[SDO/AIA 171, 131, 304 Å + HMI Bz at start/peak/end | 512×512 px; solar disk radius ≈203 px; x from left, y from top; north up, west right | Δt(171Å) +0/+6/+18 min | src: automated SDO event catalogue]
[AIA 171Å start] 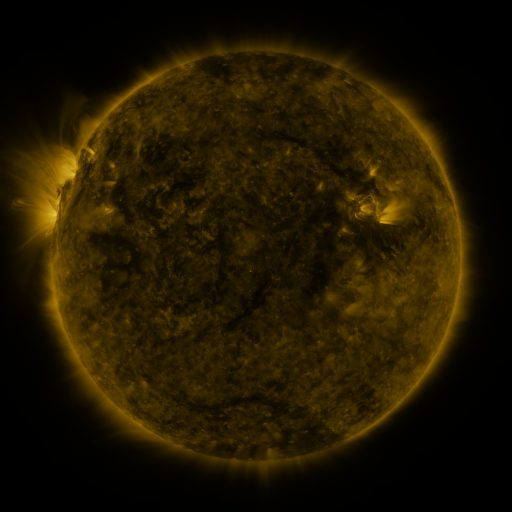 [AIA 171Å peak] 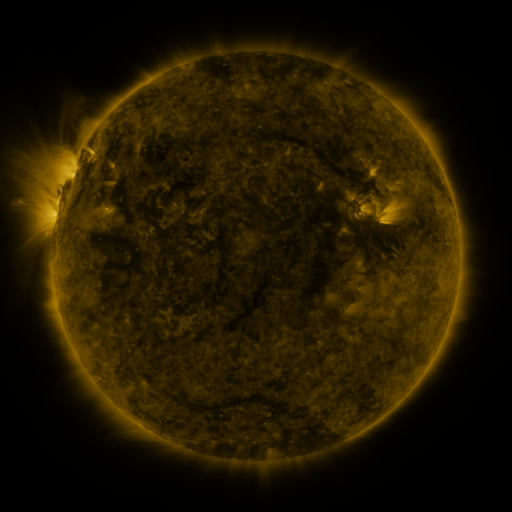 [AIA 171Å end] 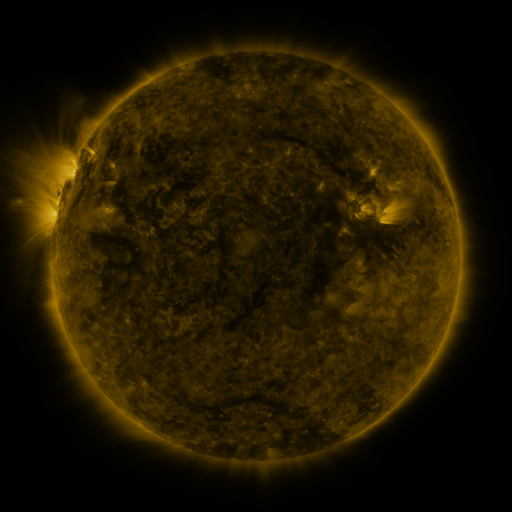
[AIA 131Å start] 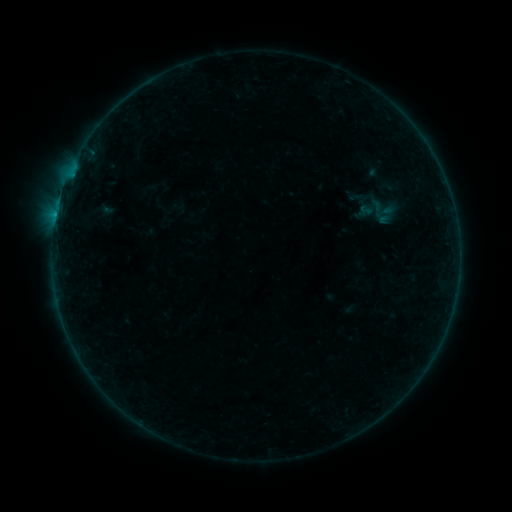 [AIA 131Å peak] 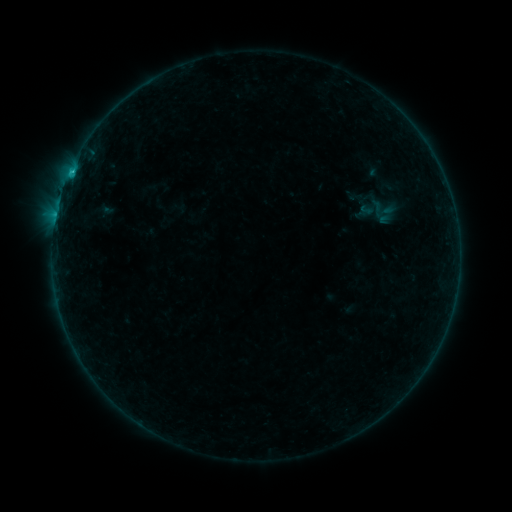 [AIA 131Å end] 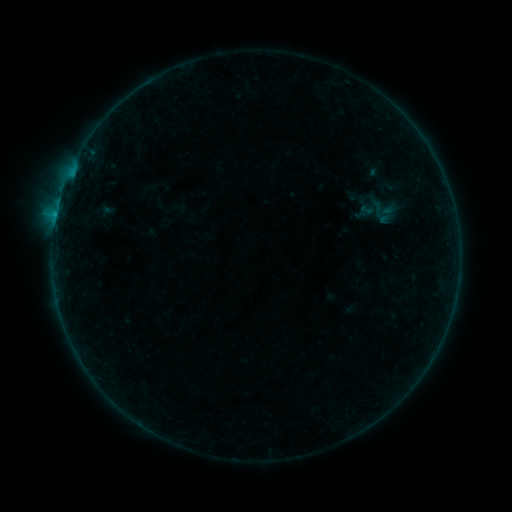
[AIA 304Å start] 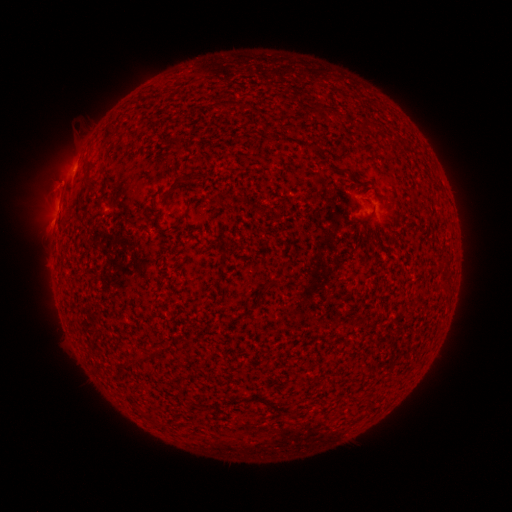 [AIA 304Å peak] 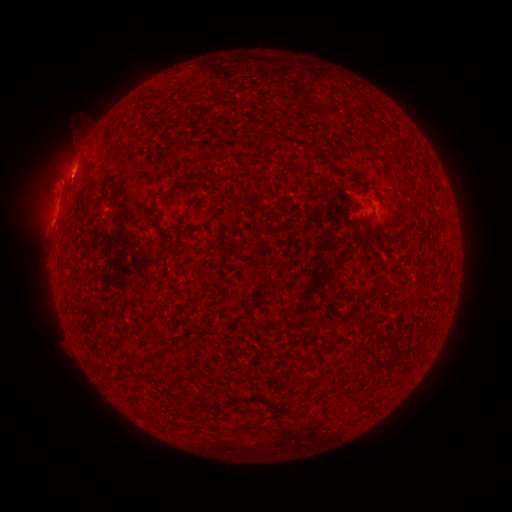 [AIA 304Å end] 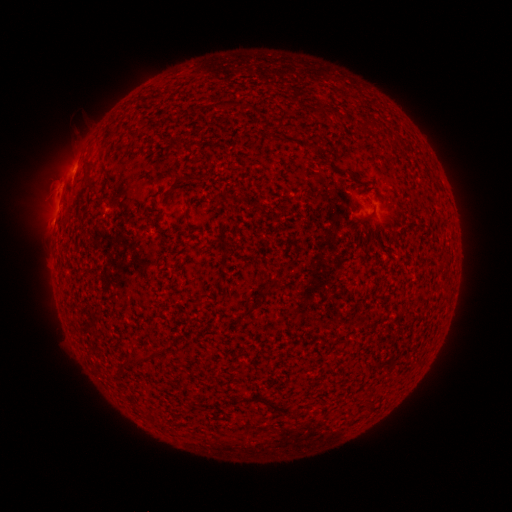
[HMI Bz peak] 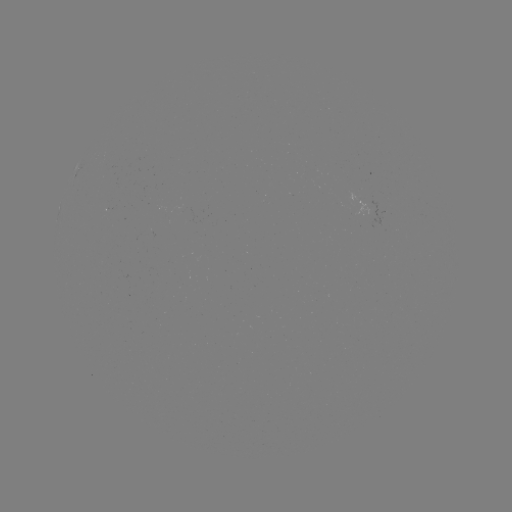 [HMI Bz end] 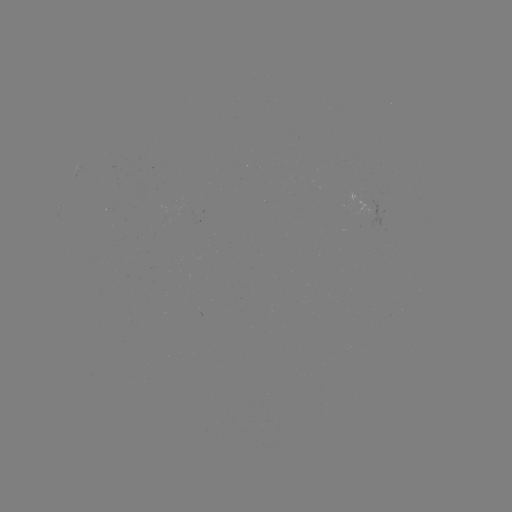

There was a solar flare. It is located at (72, 173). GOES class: B5.7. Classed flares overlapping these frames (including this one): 1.